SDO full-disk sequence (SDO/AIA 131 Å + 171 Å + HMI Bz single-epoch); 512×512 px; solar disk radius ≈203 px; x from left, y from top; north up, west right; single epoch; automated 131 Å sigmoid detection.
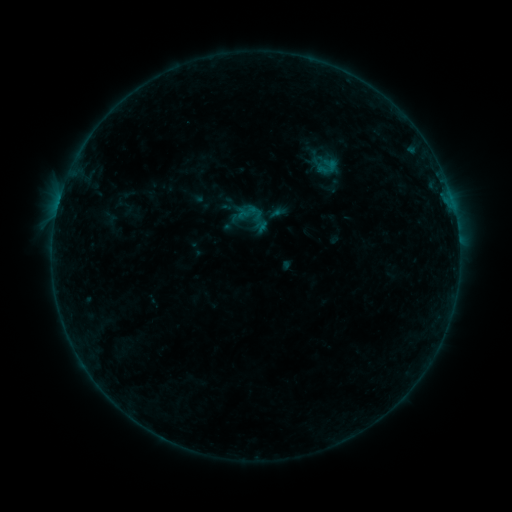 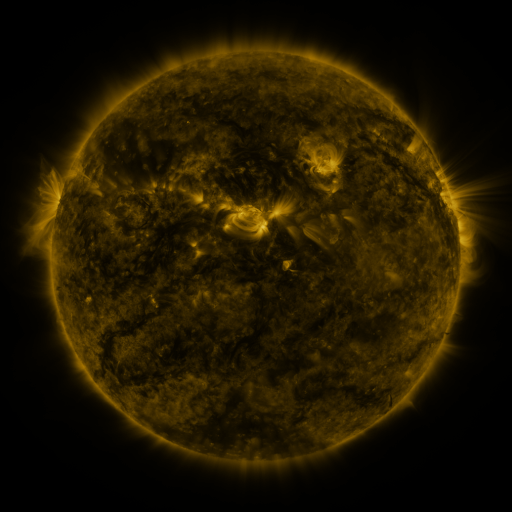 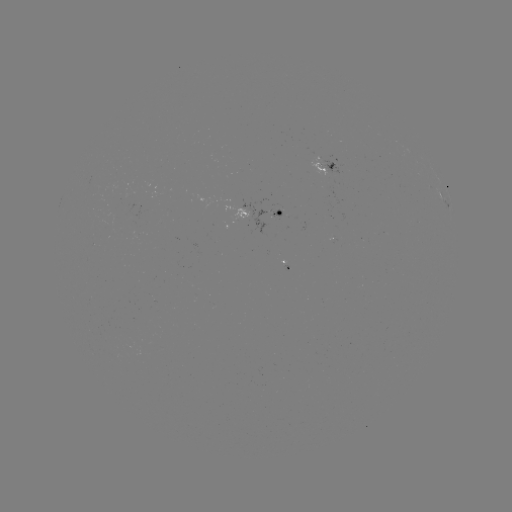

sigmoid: <bbox>232, 197, 274, 238</bbox>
